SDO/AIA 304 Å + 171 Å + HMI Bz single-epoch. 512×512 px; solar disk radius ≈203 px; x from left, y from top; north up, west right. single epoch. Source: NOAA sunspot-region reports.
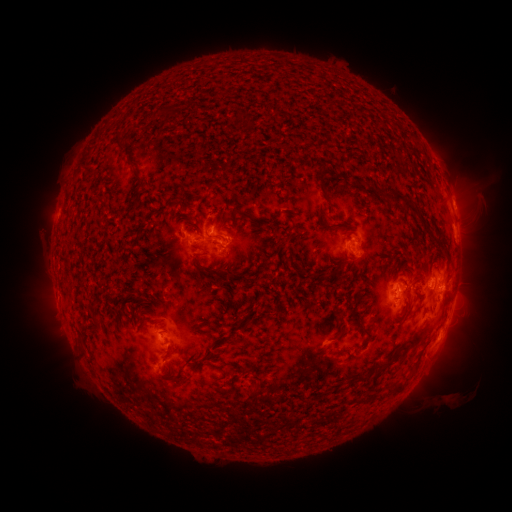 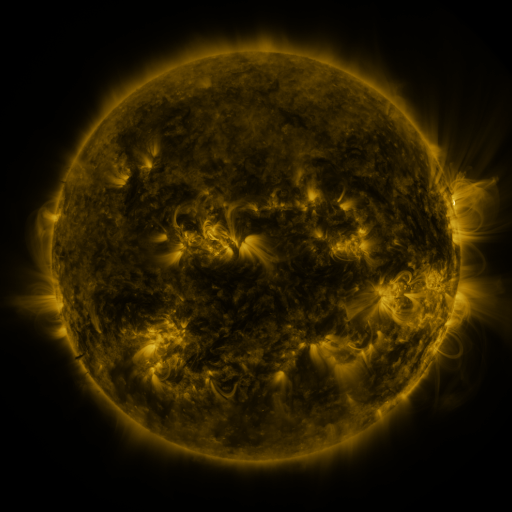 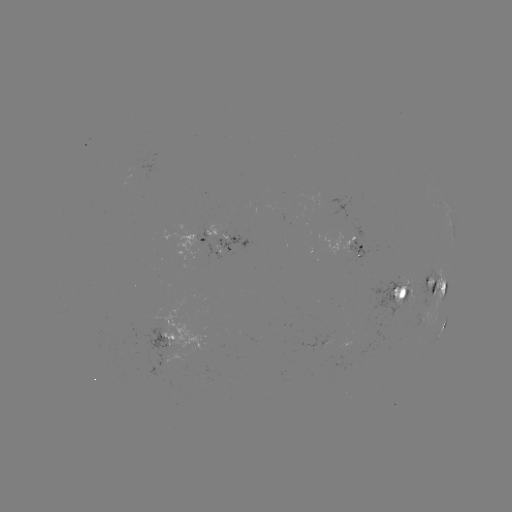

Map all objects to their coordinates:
spotted active region: (453, 206)
spotted active region: (197, 234)
spotted active region: (213, 245)
spotted active region: (357, 247)
spotted active region: (437, 286)
spotted active region: (403, 293)
spotted active region: (454, 297)
spotted active region: (445, 324)
spotted active region: (172, 340)
spotted active region: (169, 365)
